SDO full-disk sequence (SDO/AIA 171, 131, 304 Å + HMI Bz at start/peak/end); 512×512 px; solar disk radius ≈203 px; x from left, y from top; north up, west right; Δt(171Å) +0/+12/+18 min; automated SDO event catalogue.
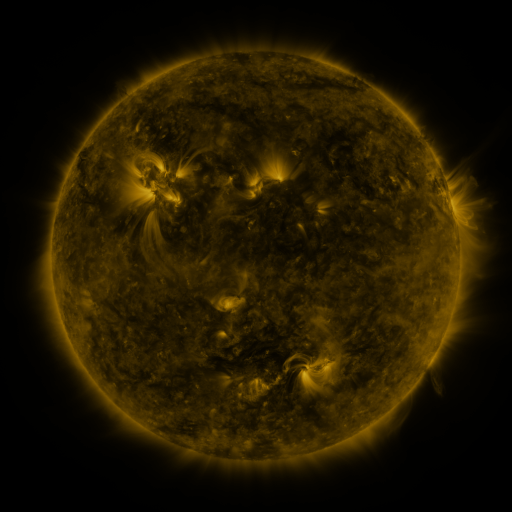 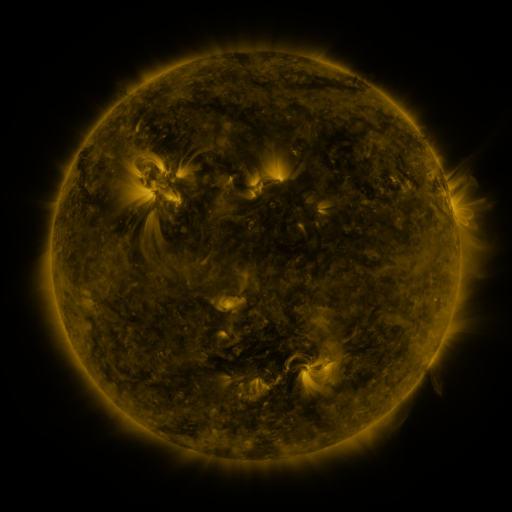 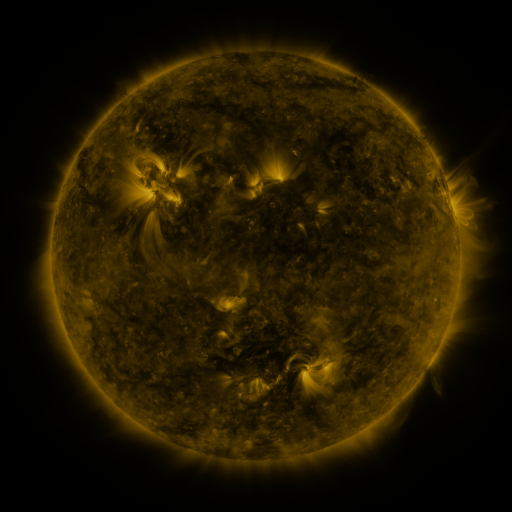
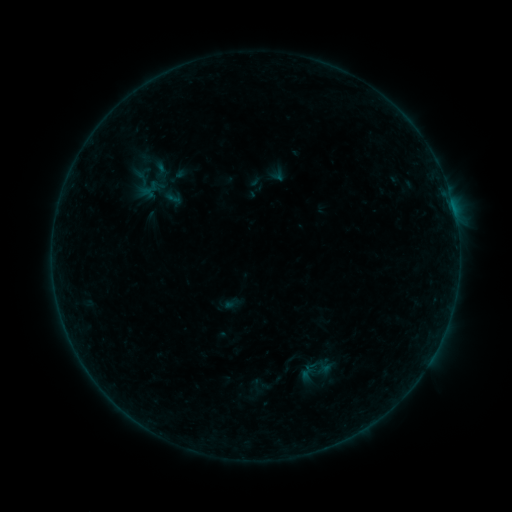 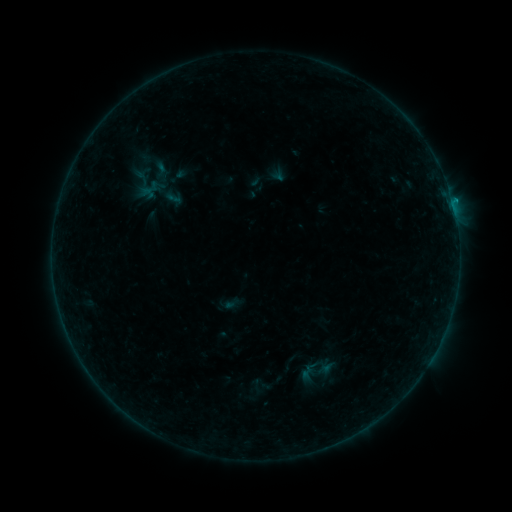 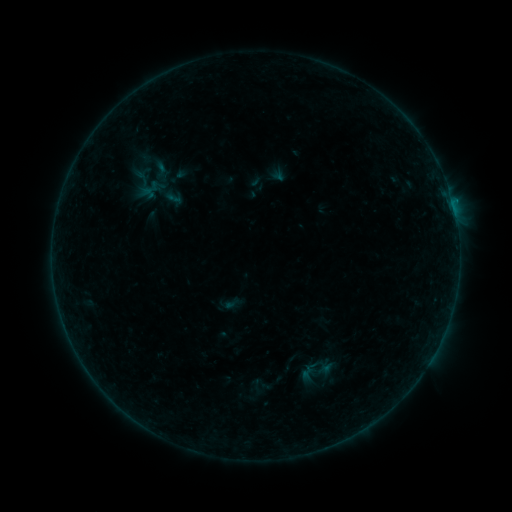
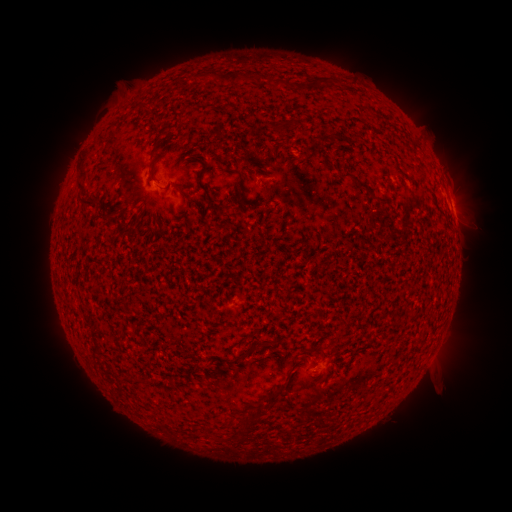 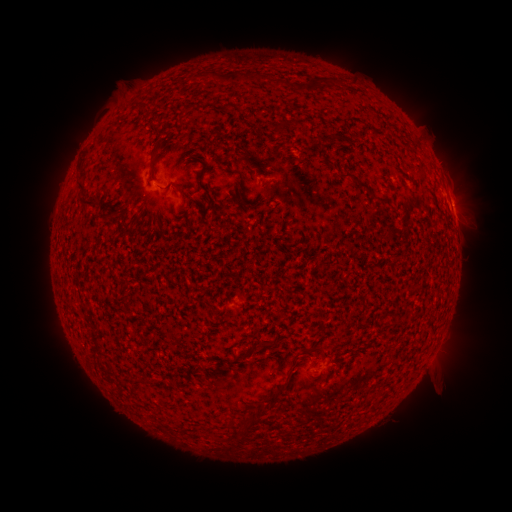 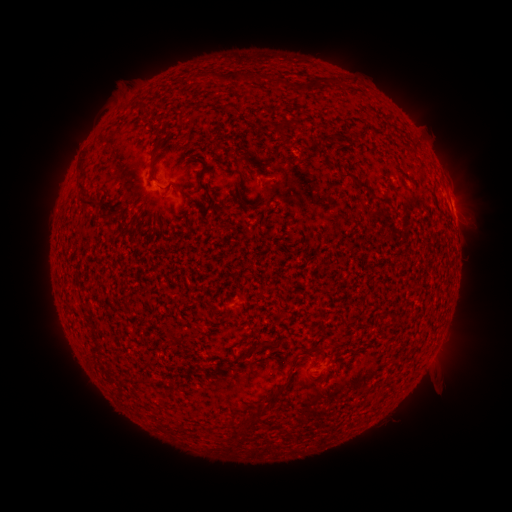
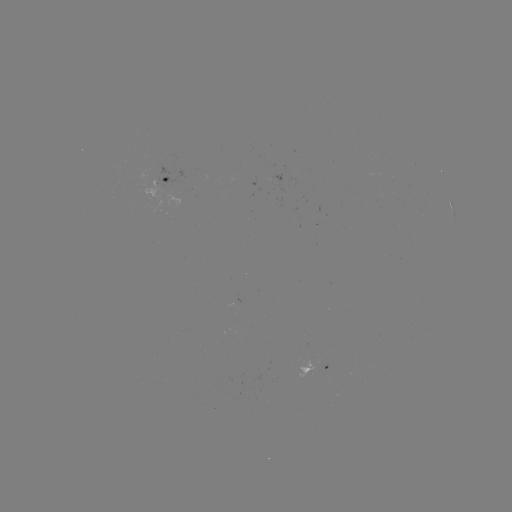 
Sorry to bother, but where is B2.8 flare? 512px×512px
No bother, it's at (453, 207).